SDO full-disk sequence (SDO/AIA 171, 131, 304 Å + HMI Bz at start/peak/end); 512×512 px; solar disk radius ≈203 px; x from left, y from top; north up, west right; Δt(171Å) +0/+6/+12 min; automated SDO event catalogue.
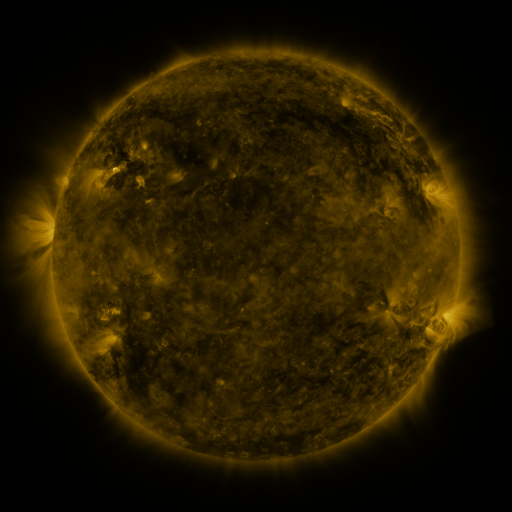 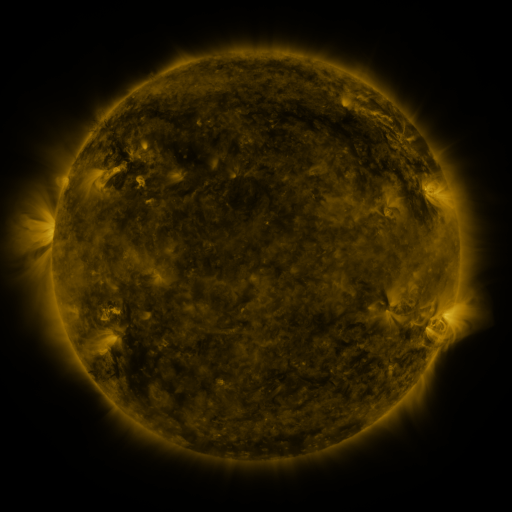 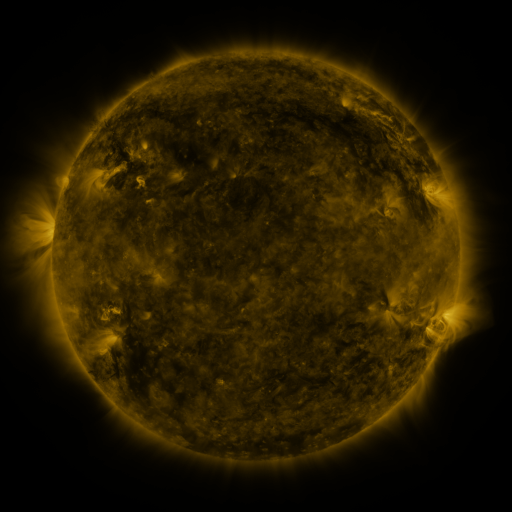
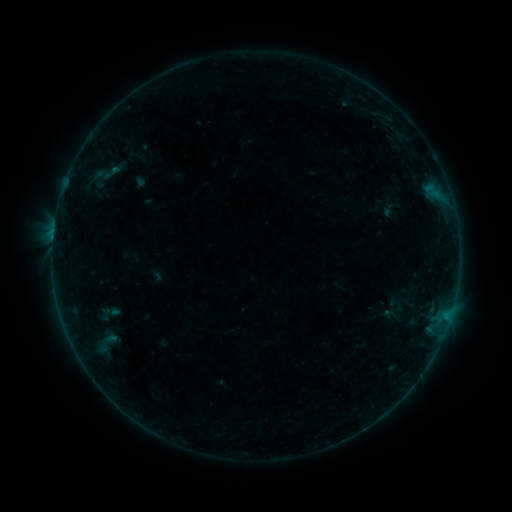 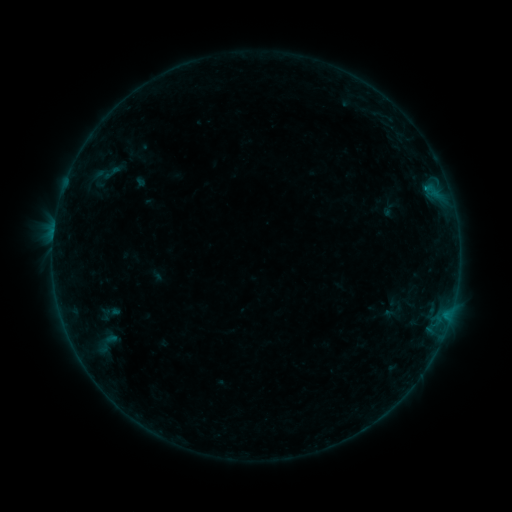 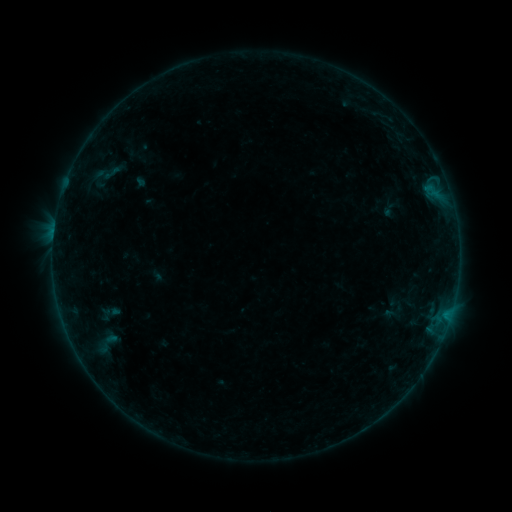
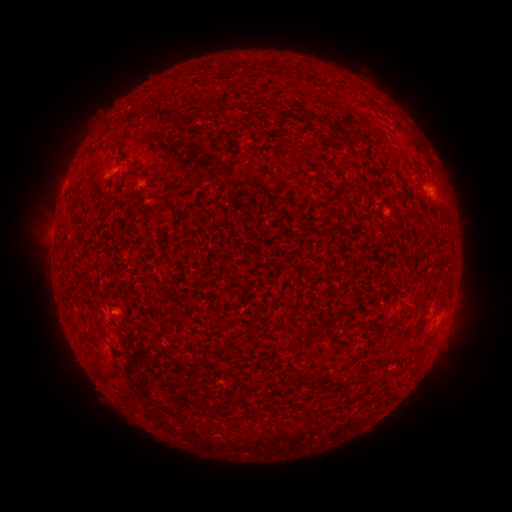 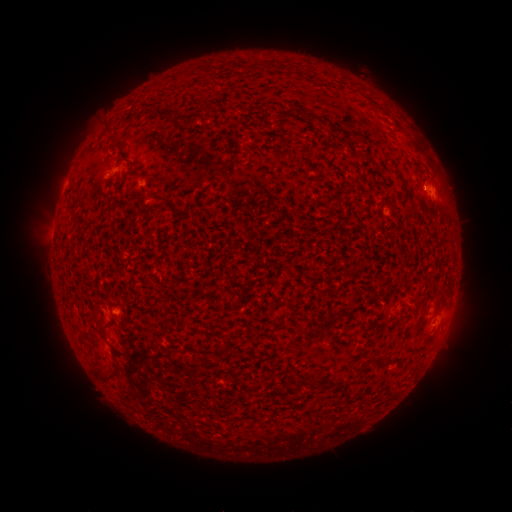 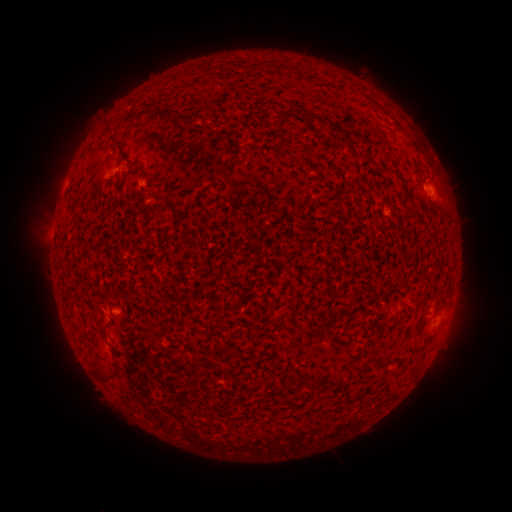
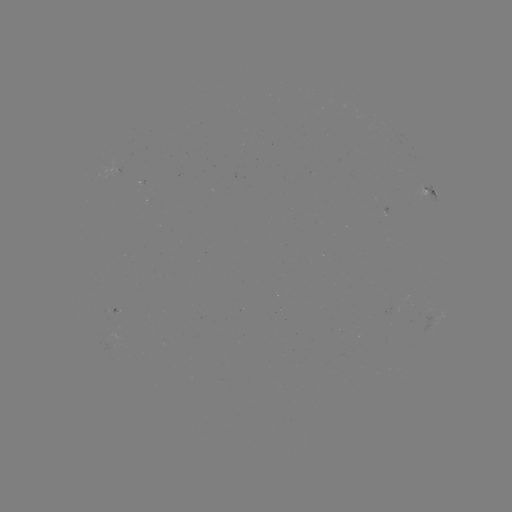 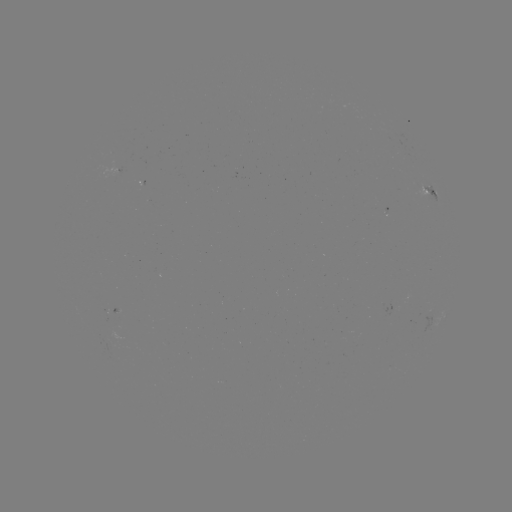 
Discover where B1.9 flare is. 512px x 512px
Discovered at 423,188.